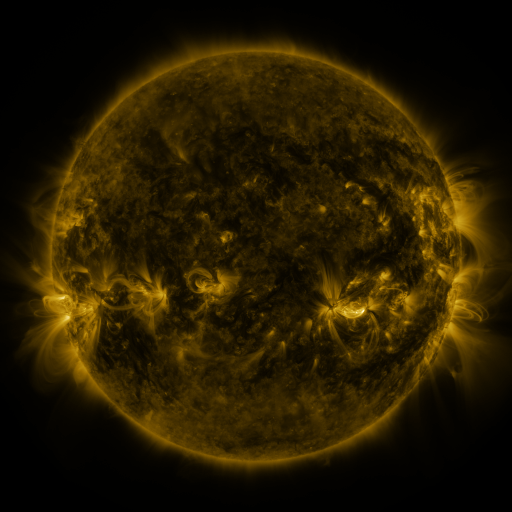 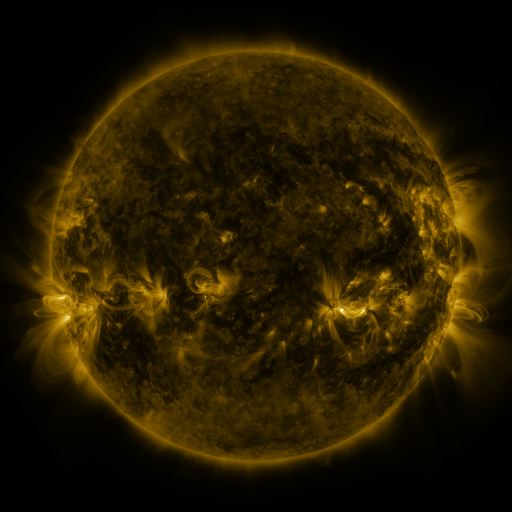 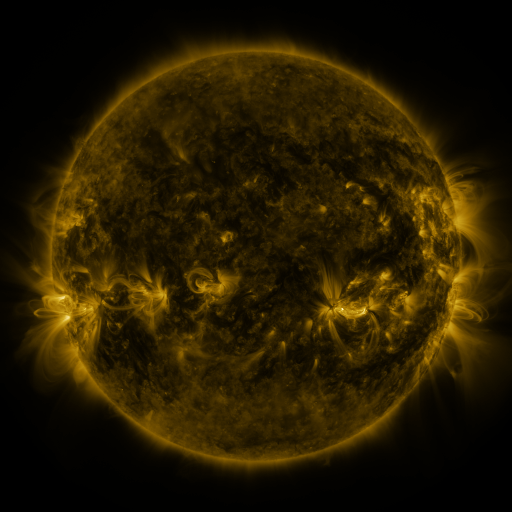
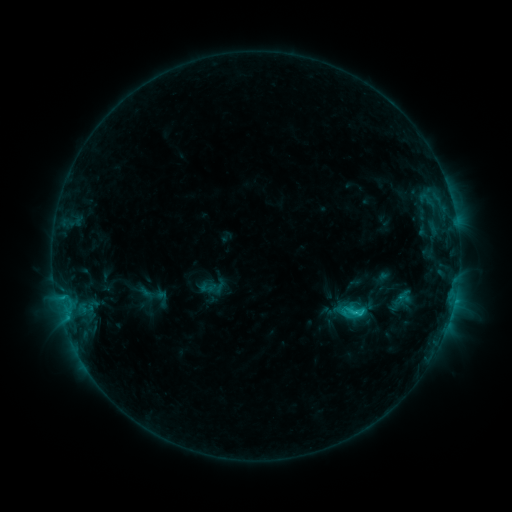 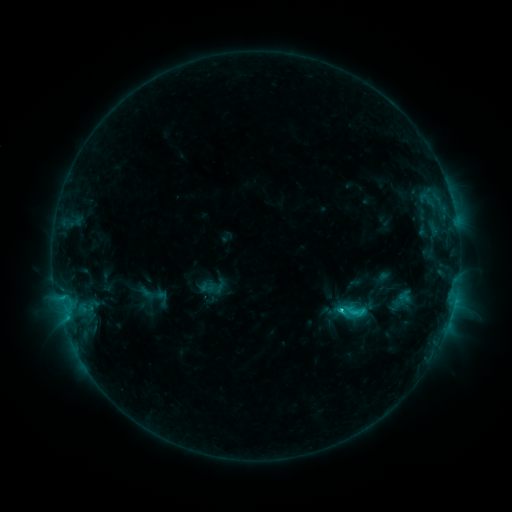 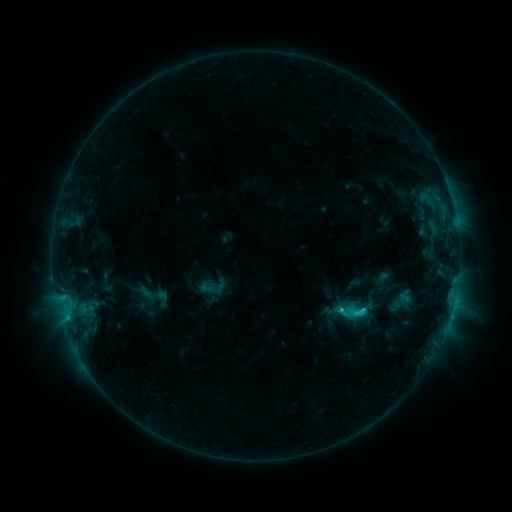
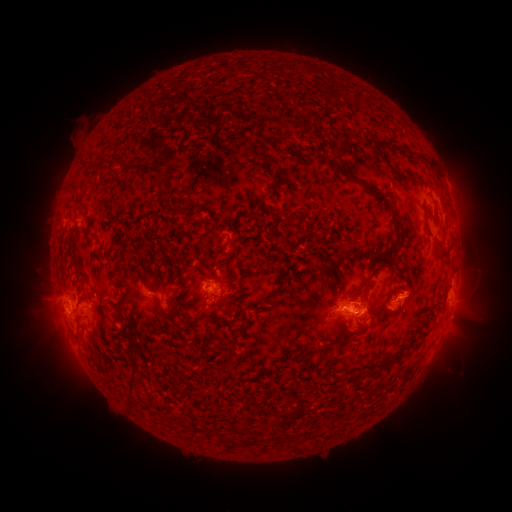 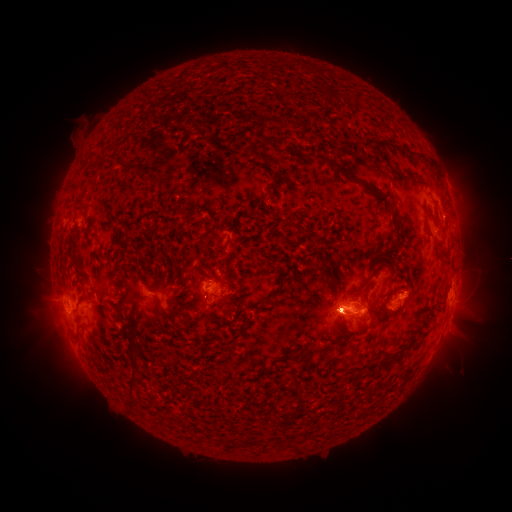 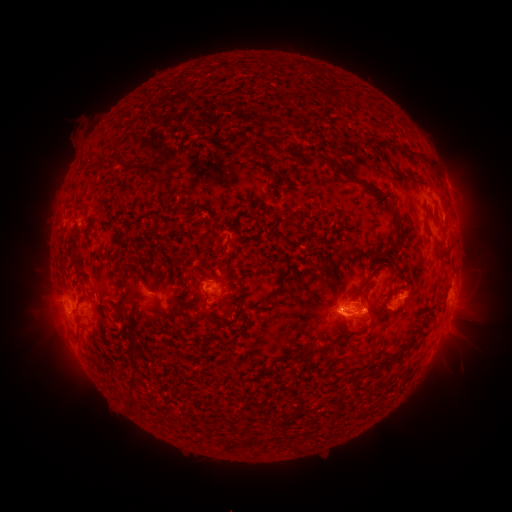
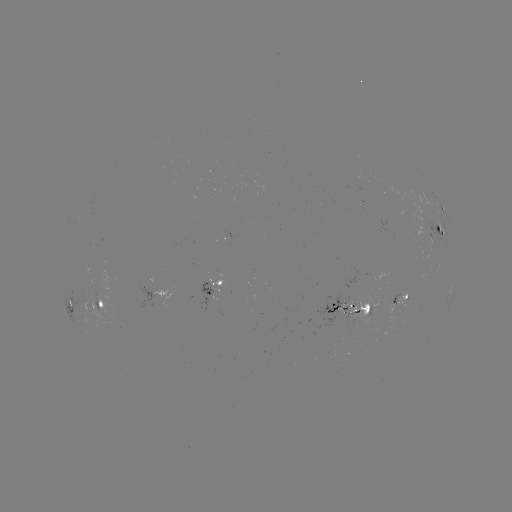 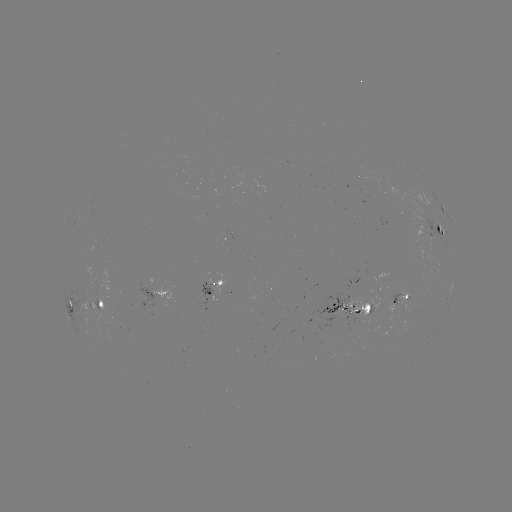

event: flare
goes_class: C2.3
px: (341, 307)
